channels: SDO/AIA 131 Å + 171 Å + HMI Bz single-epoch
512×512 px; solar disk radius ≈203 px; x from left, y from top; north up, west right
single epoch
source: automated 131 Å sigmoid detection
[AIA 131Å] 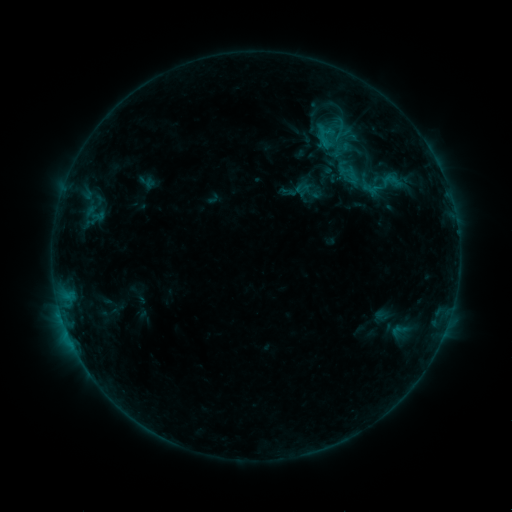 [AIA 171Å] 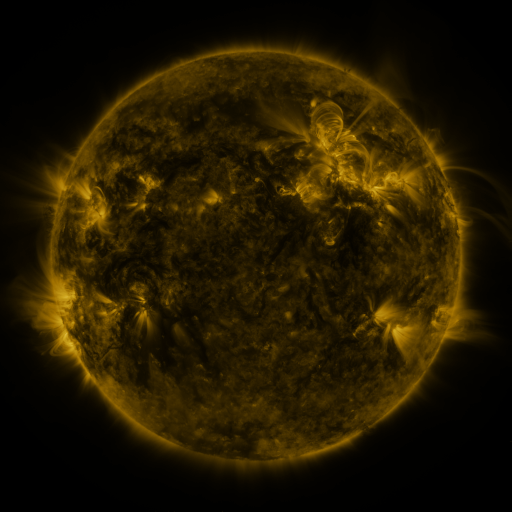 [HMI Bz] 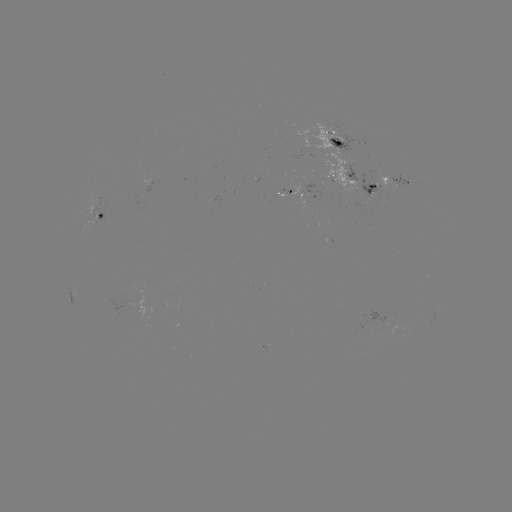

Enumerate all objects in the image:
sigmoid: <bbox>376, 168, 407, 194</bbox>
sigmoid: <bbox>293, 179, 311, 196</bbox>
